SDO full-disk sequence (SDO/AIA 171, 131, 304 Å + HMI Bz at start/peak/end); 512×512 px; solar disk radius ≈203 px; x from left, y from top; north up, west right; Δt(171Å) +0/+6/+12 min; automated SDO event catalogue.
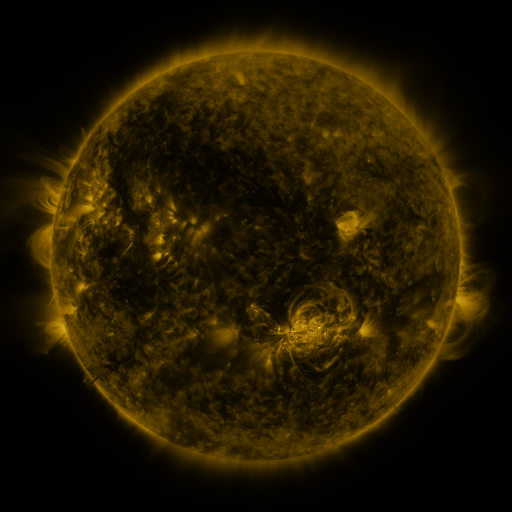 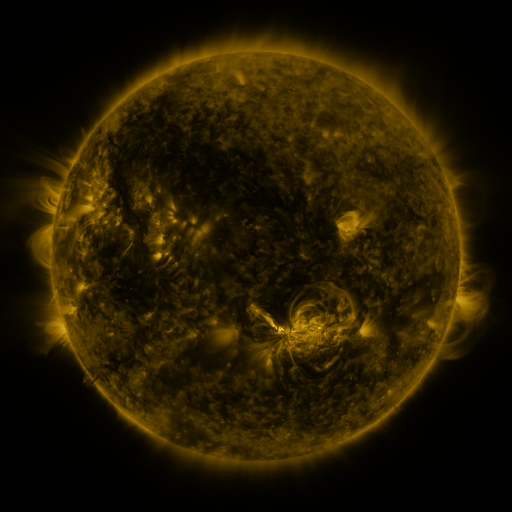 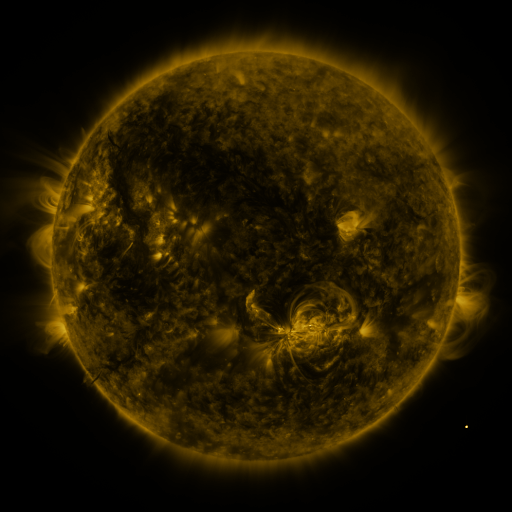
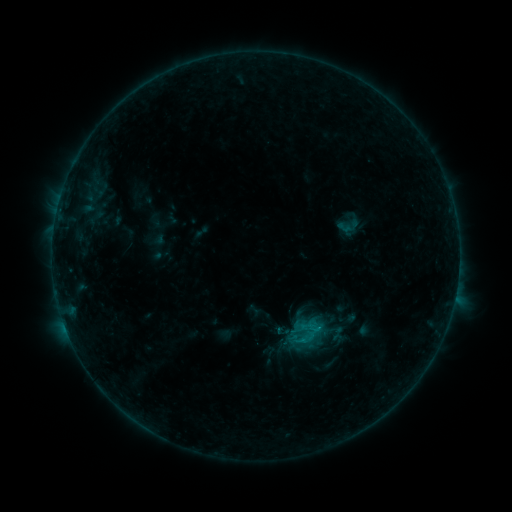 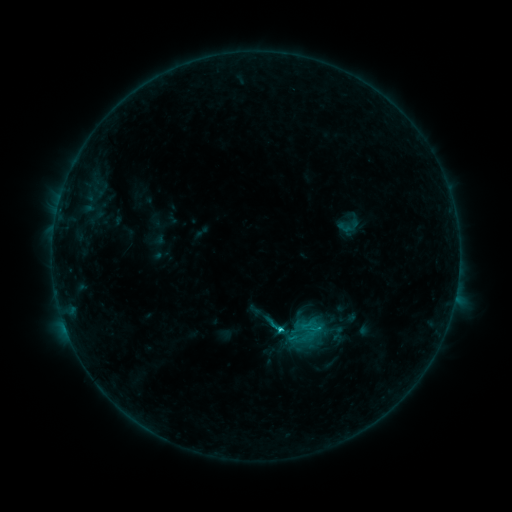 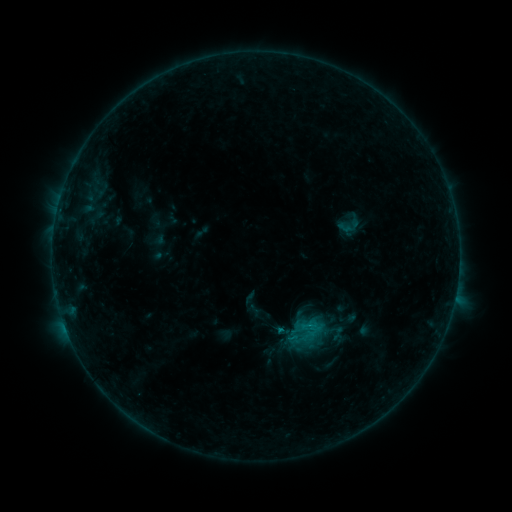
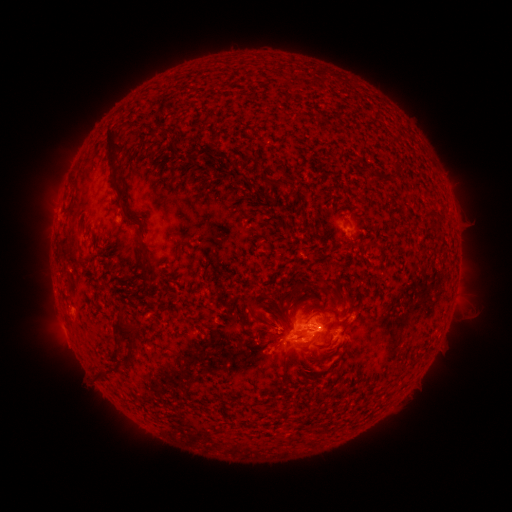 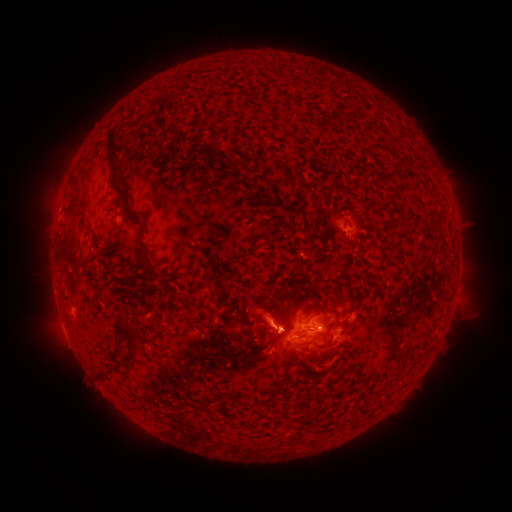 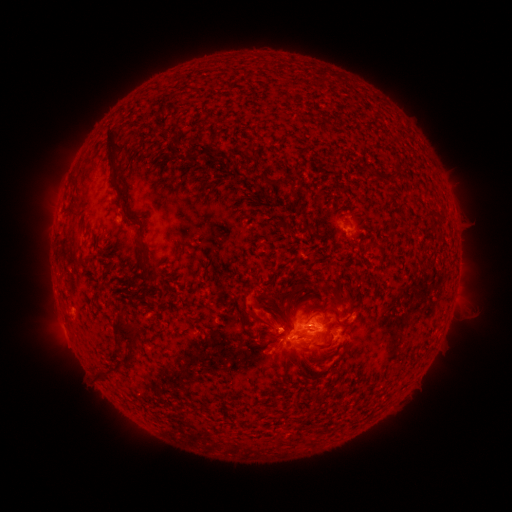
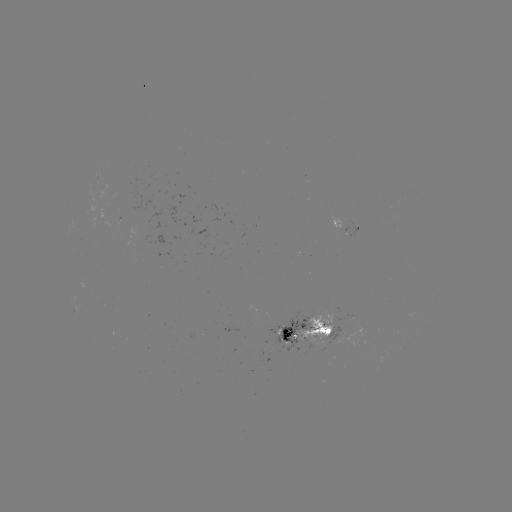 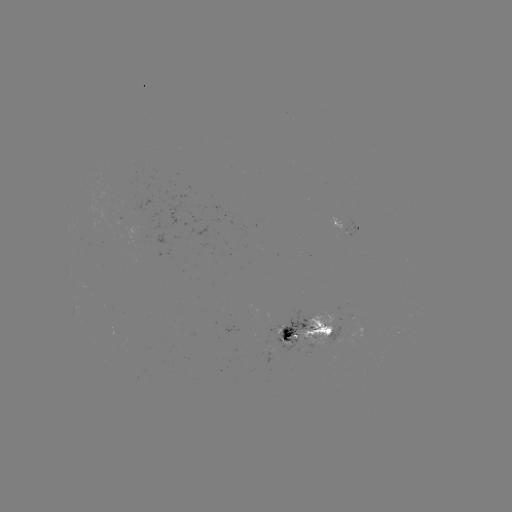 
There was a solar eruption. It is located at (268, 316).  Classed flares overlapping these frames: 1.